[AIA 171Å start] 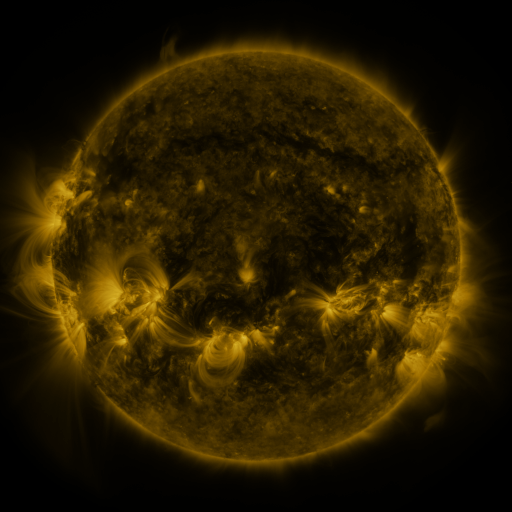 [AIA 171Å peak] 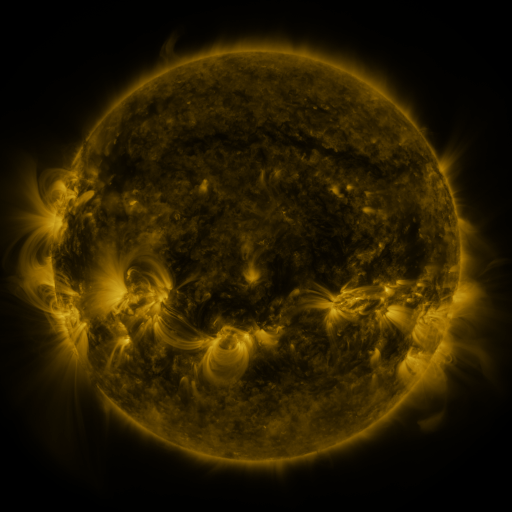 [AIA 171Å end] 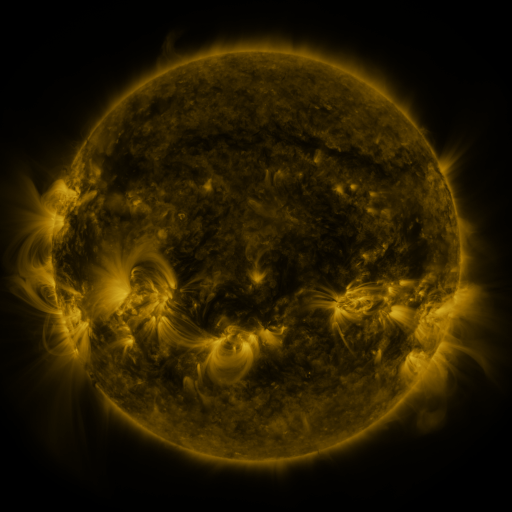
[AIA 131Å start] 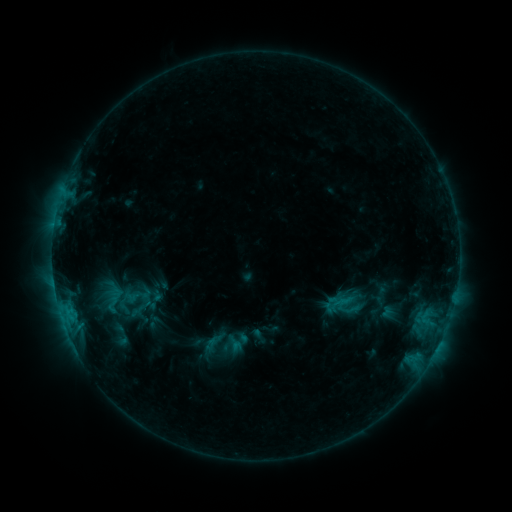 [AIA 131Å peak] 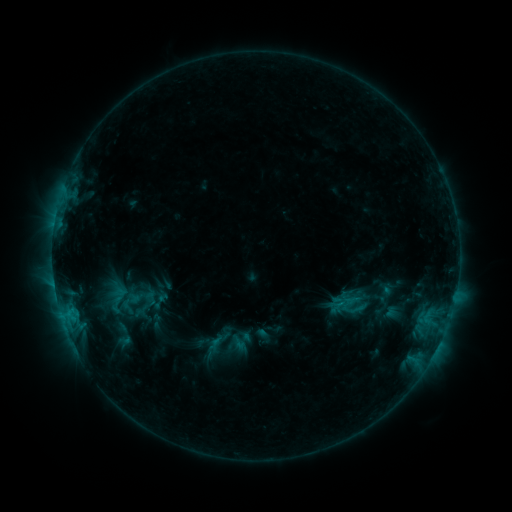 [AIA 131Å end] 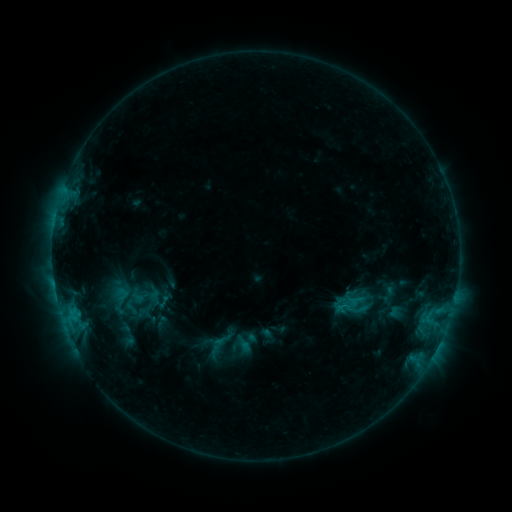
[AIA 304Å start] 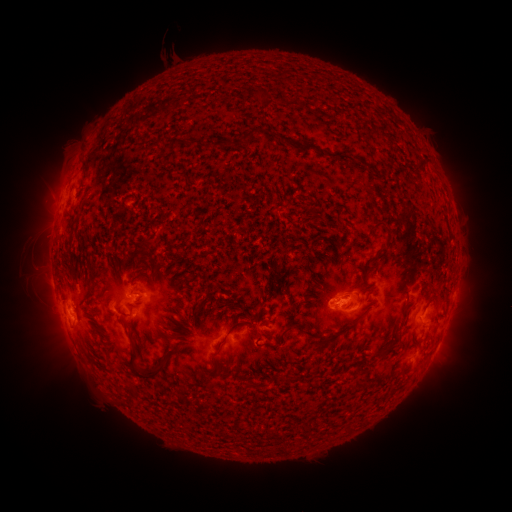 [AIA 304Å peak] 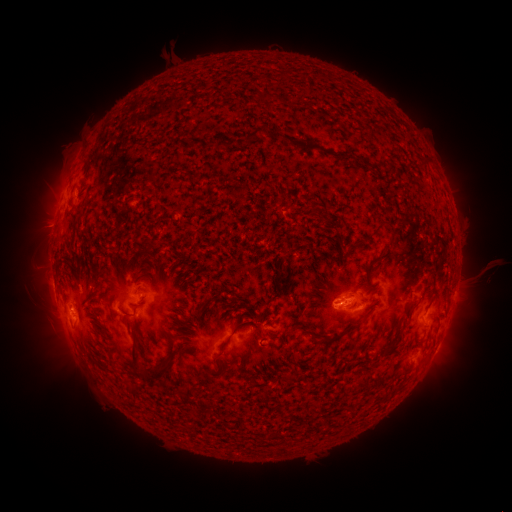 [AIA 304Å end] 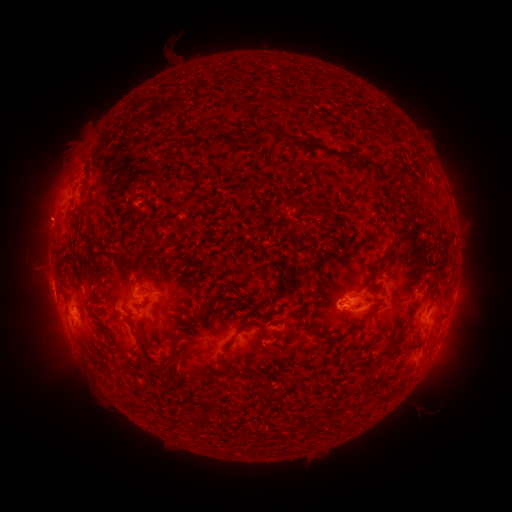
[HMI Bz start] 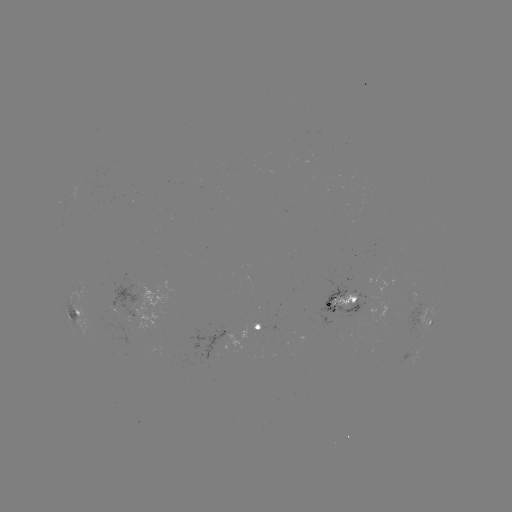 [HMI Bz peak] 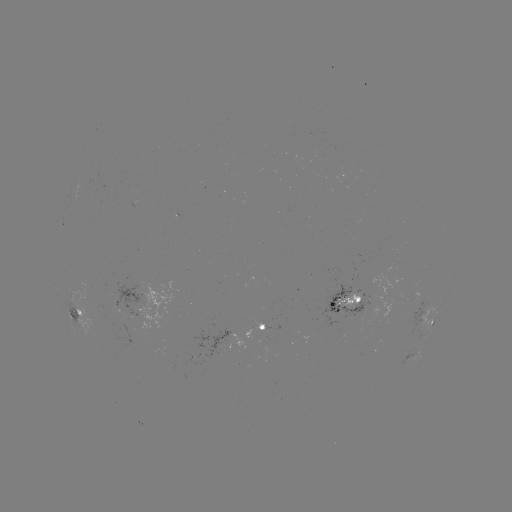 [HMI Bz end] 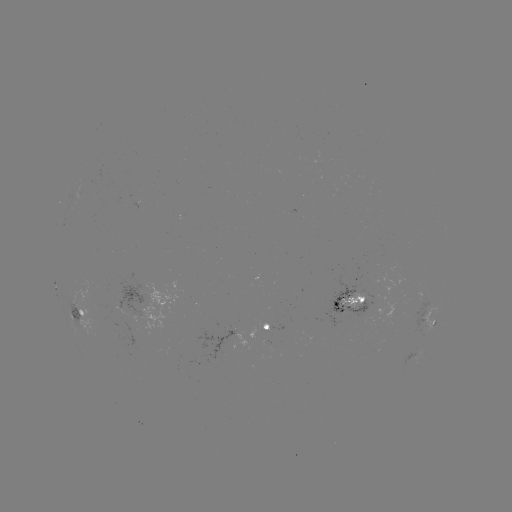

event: filament eruption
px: (482, 262)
